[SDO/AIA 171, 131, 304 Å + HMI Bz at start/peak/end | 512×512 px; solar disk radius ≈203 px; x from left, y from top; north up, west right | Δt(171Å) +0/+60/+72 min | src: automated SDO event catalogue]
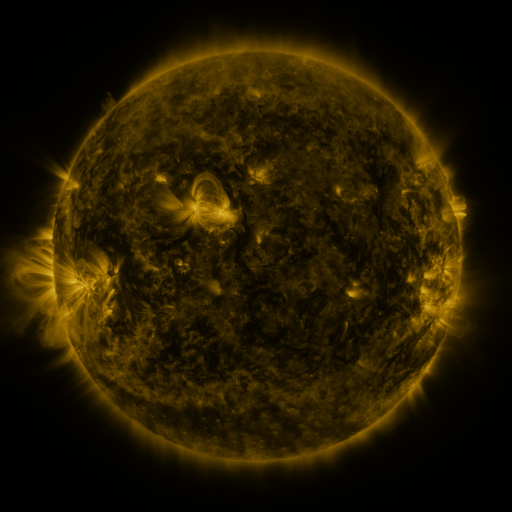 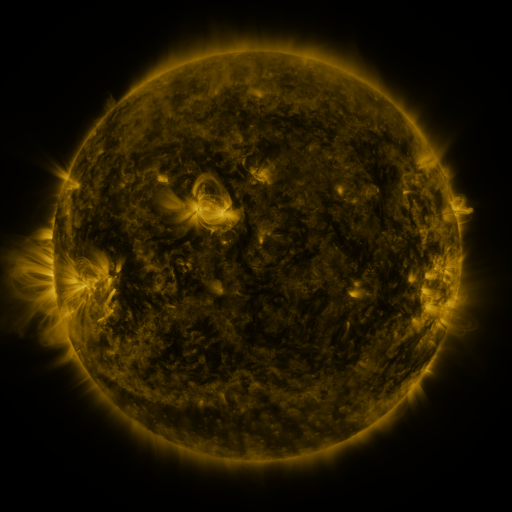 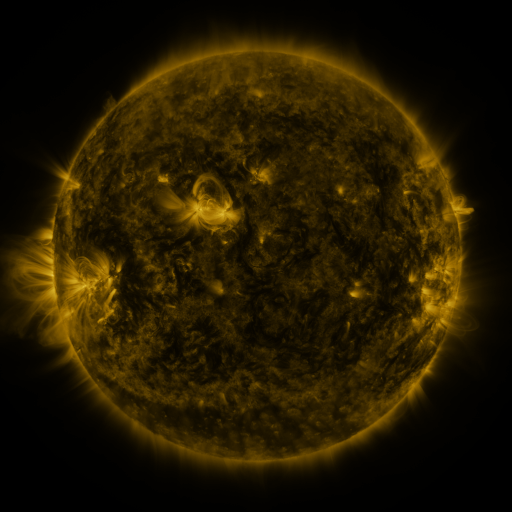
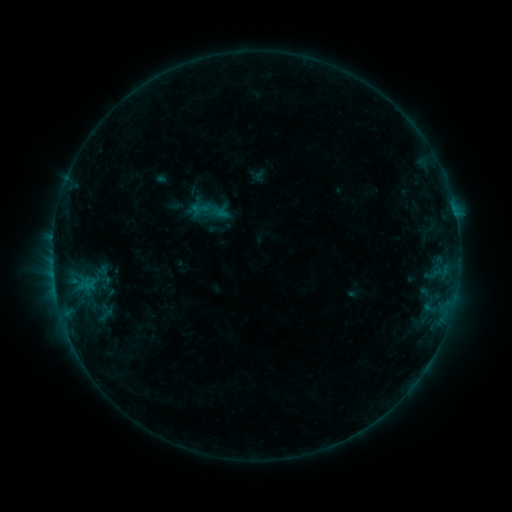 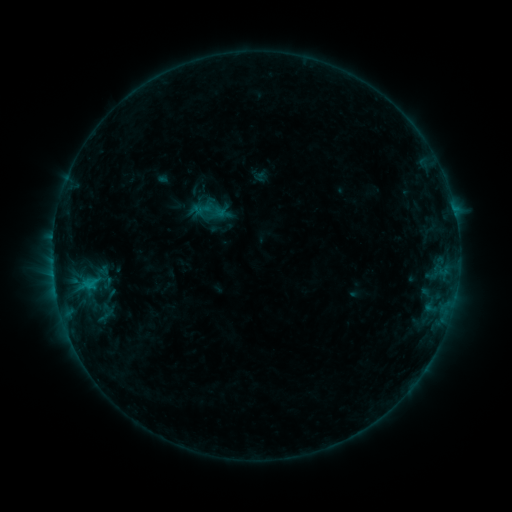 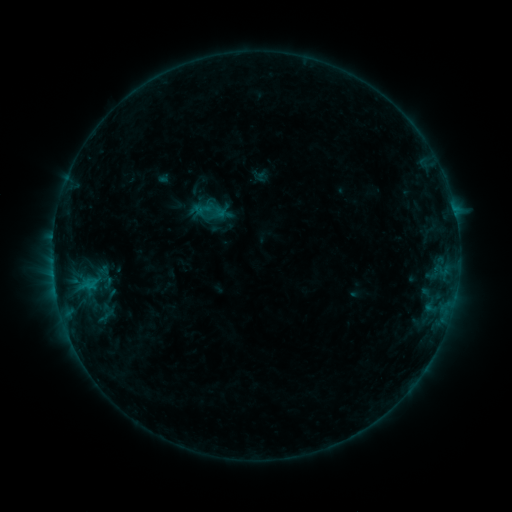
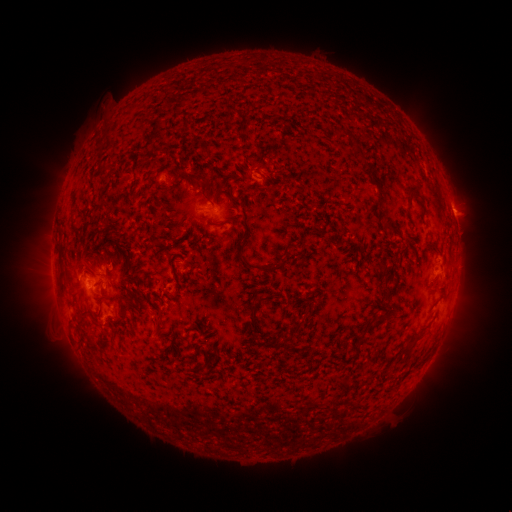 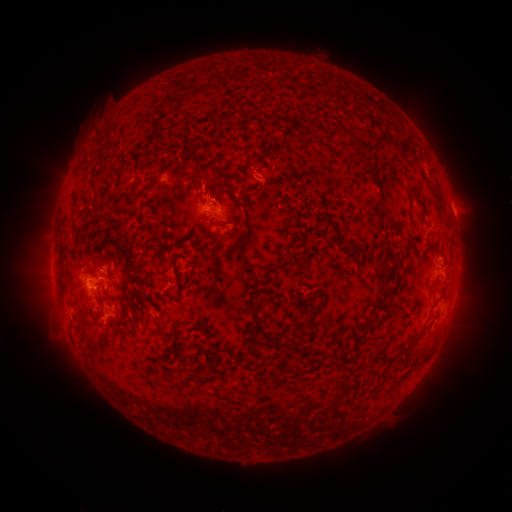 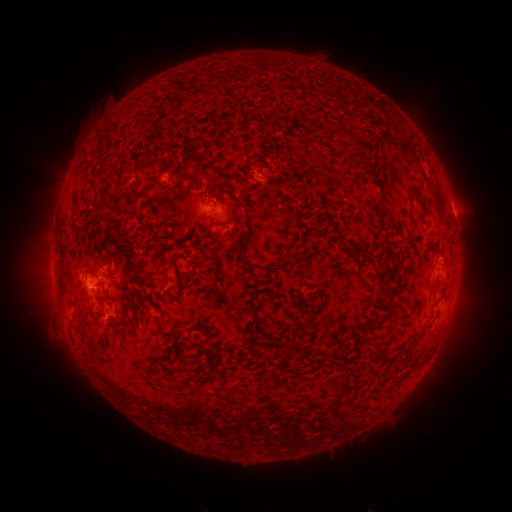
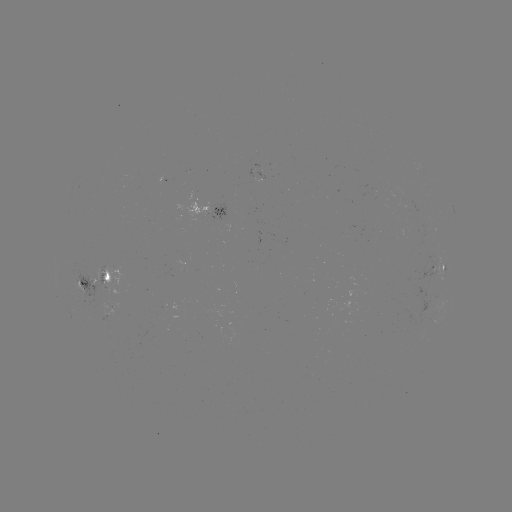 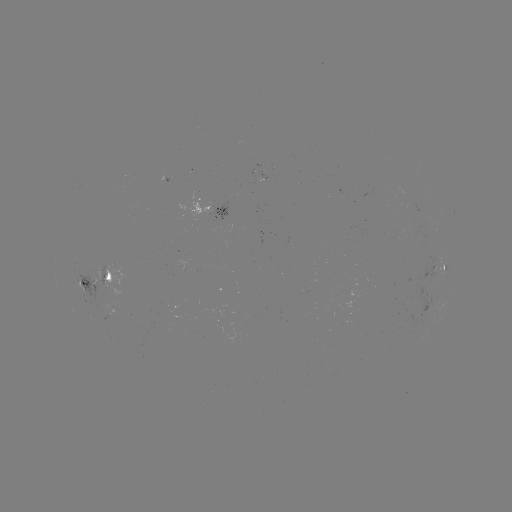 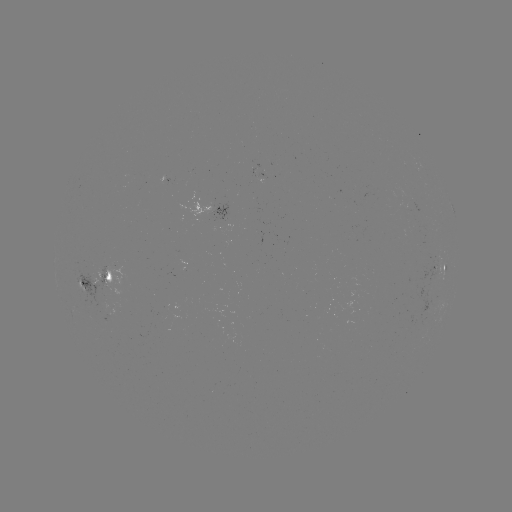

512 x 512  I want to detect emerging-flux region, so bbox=[71, 267, 125, 311].